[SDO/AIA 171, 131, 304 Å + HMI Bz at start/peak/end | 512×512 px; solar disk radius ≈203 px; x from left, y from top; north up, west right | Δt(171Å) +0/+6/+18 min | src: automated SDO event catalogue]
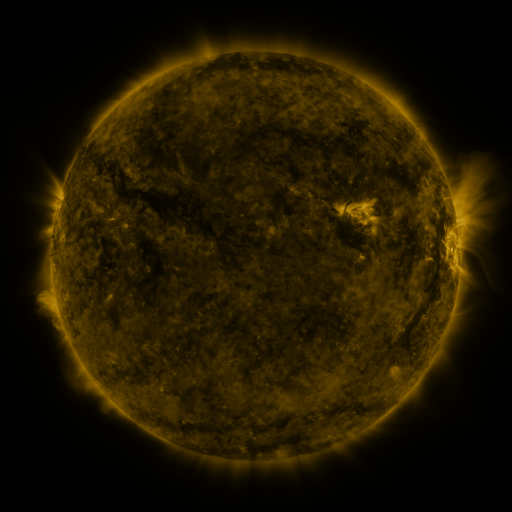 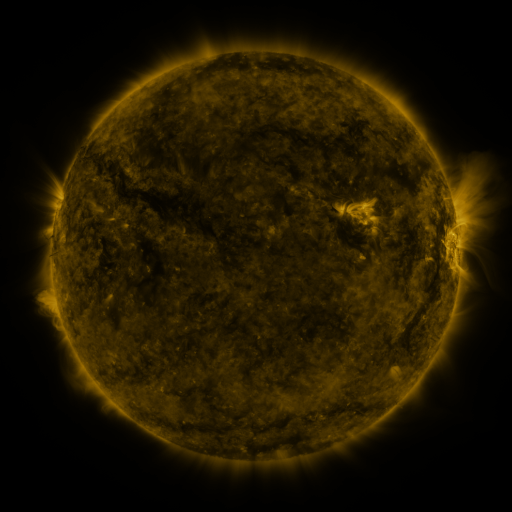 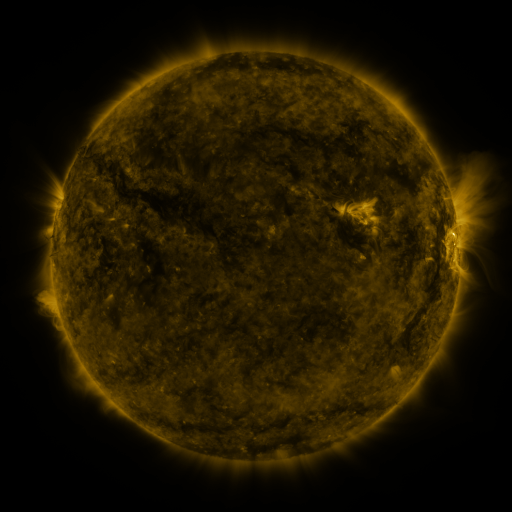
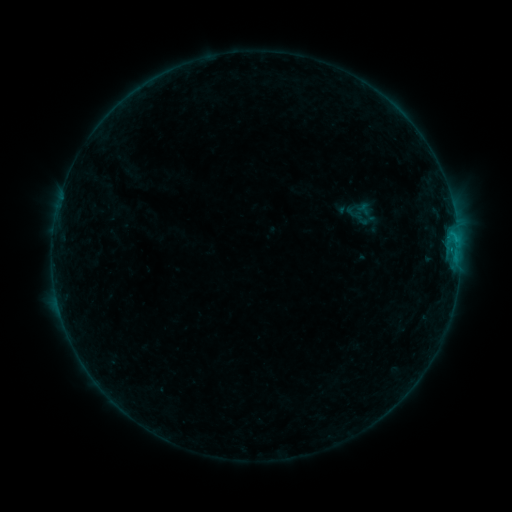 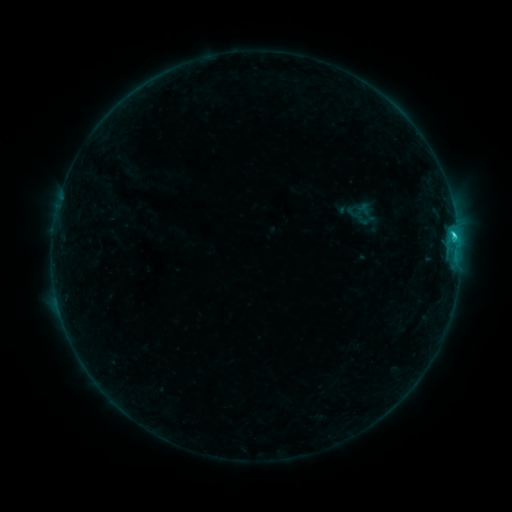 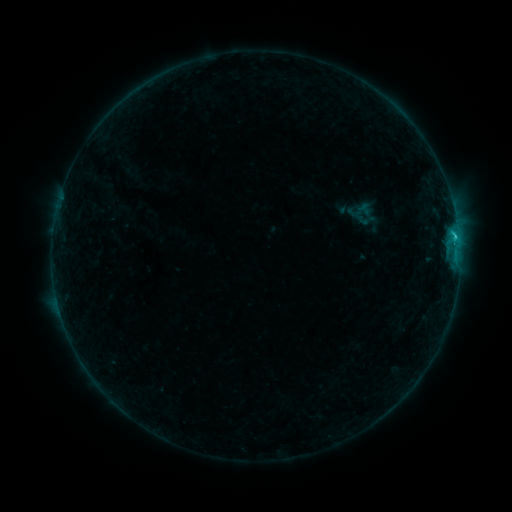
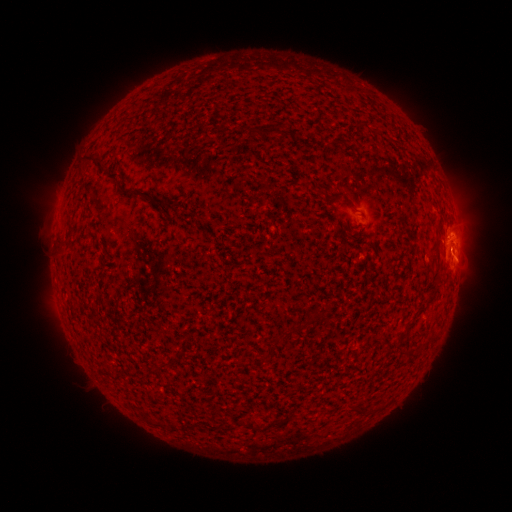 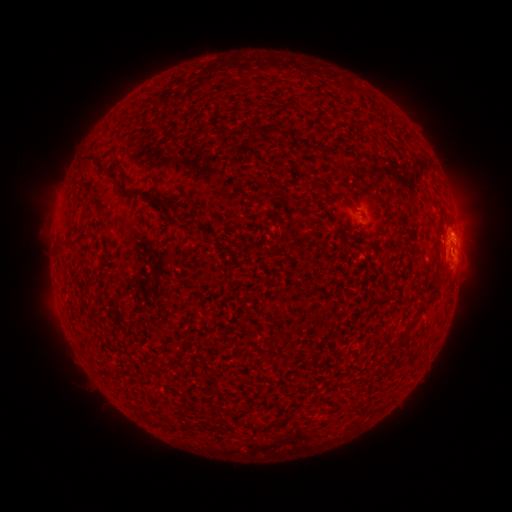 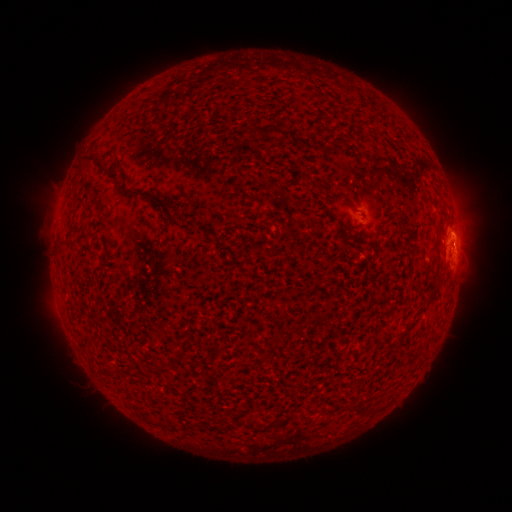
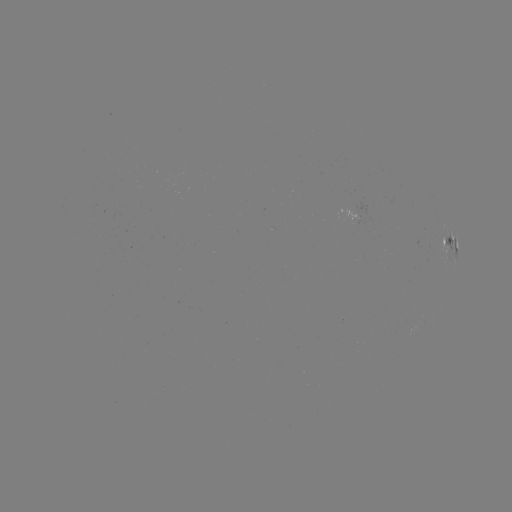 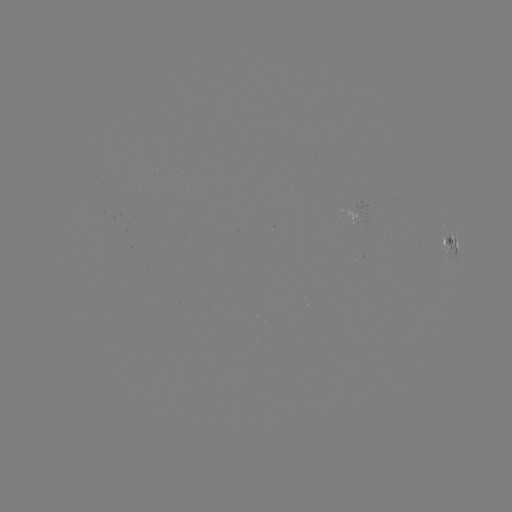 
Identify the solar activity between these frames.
C1.8 flare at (453, 235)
